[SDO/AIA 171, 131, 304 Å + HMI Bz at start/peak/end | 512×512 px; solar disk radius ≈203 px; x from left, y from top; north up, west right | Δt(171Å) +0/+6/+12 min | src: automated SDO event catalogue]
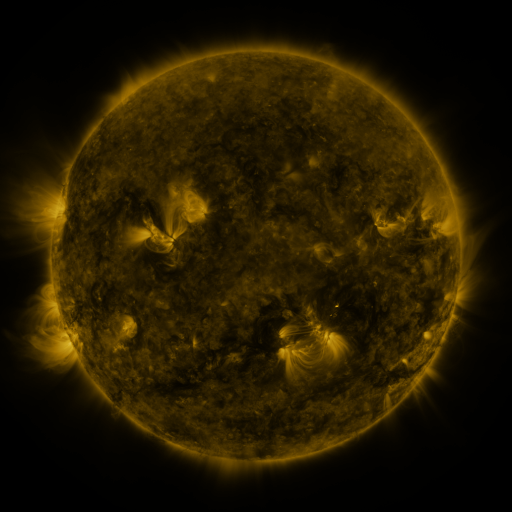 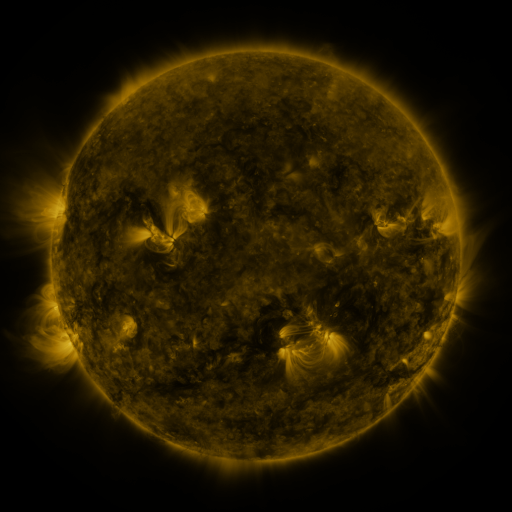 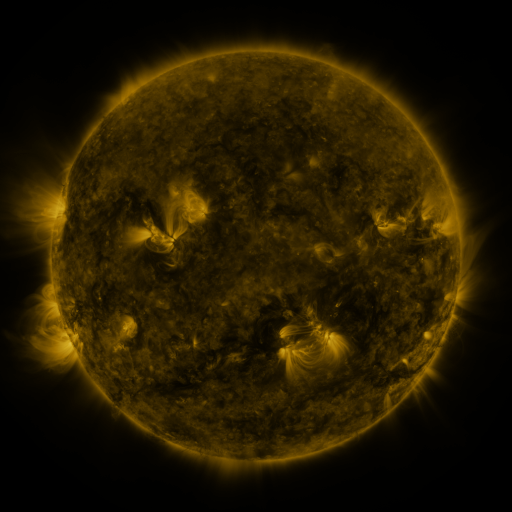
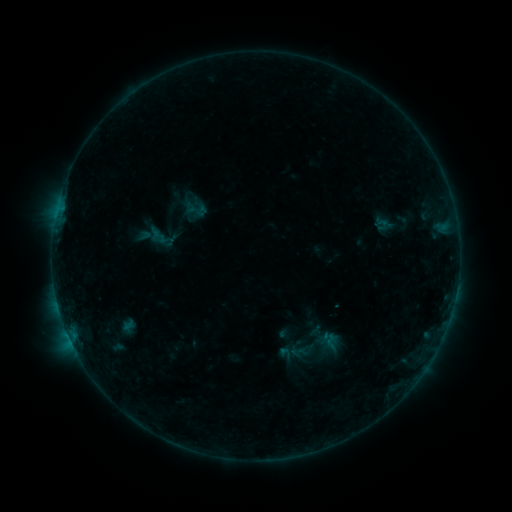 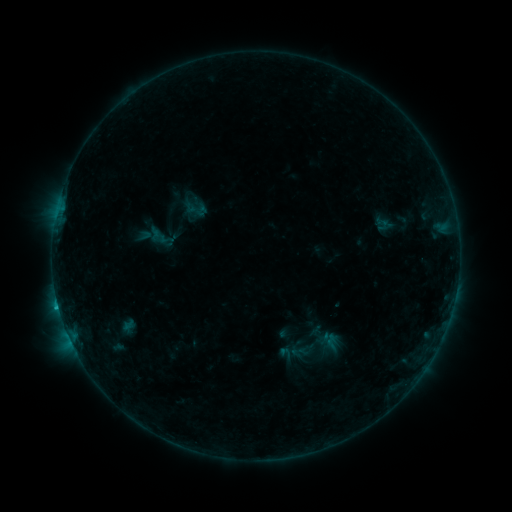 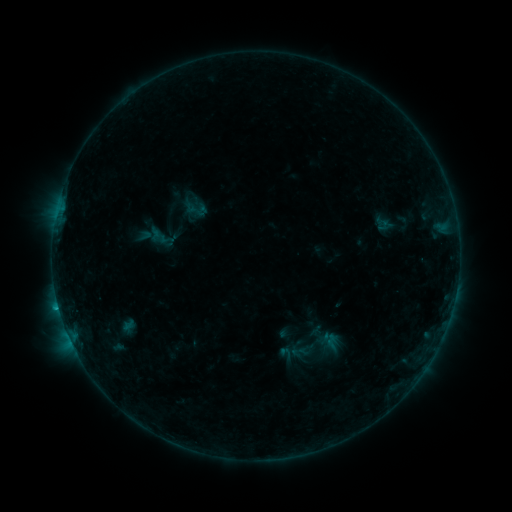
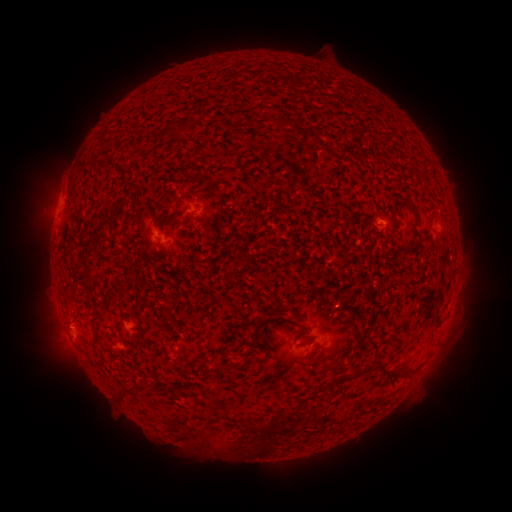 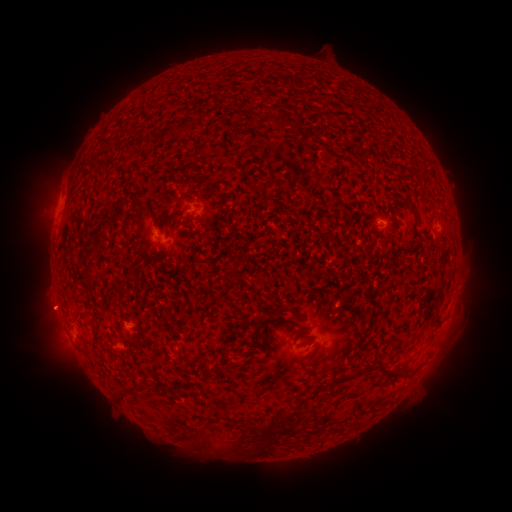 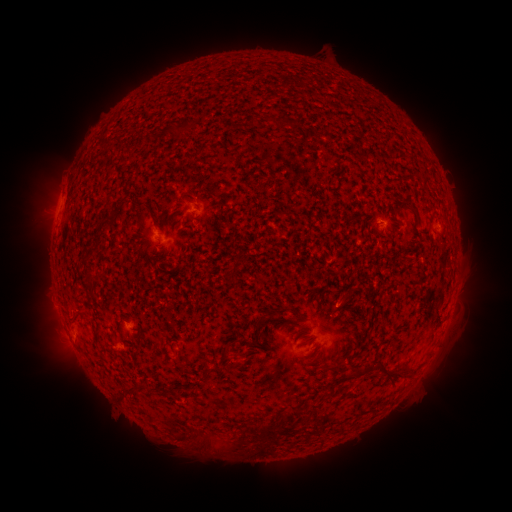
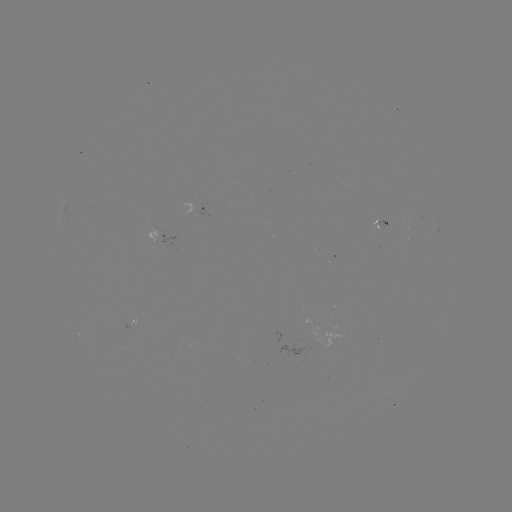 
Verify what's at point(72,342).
B6.6 flare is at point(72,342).